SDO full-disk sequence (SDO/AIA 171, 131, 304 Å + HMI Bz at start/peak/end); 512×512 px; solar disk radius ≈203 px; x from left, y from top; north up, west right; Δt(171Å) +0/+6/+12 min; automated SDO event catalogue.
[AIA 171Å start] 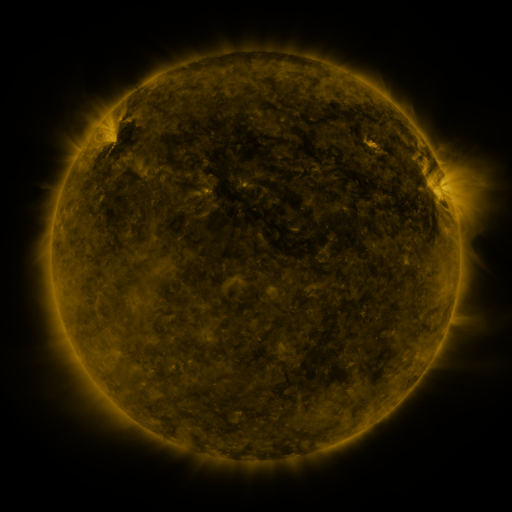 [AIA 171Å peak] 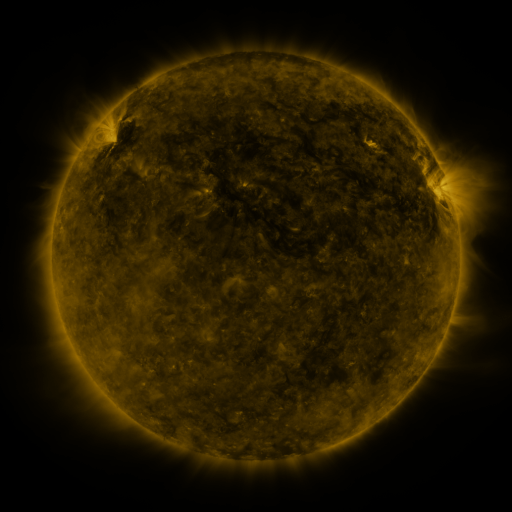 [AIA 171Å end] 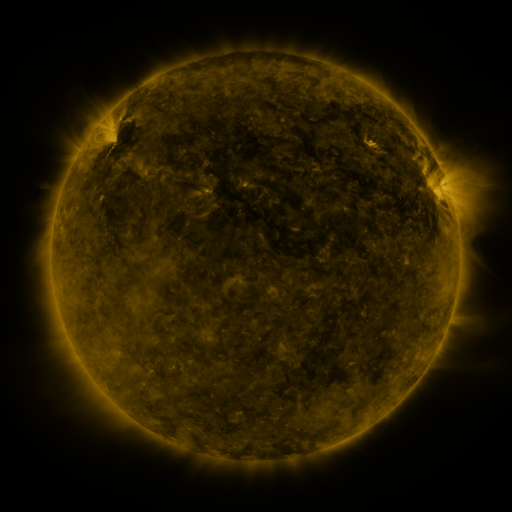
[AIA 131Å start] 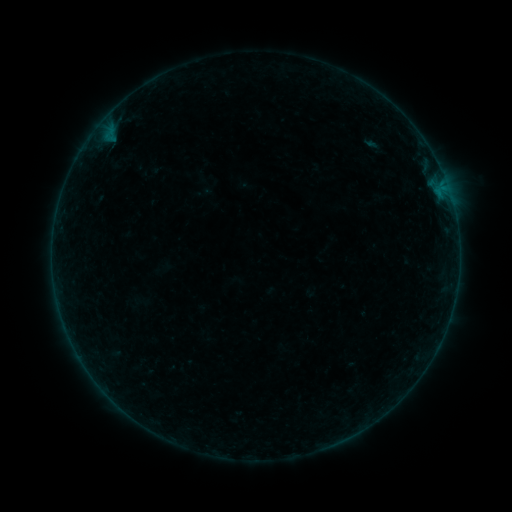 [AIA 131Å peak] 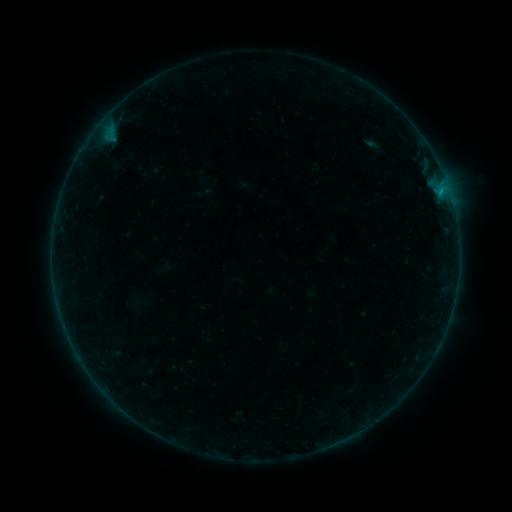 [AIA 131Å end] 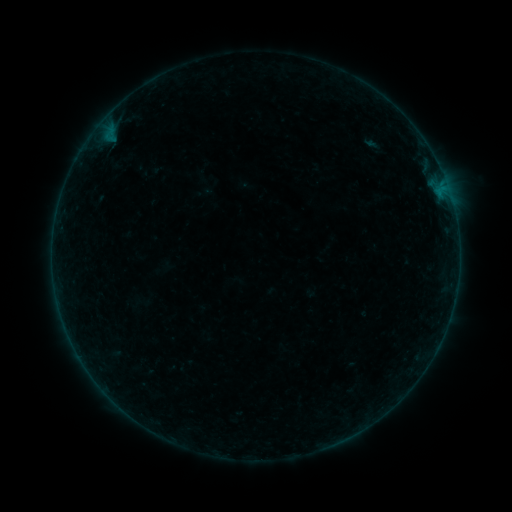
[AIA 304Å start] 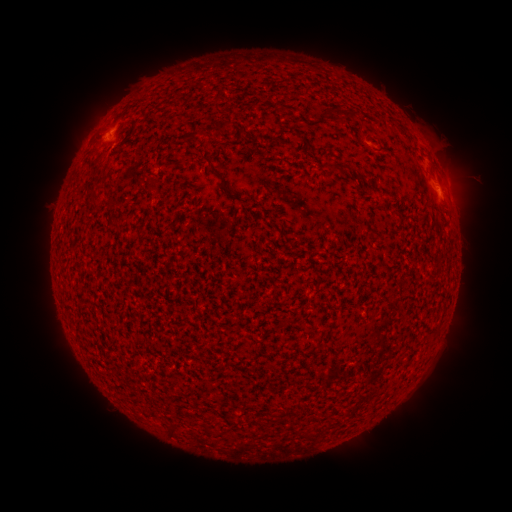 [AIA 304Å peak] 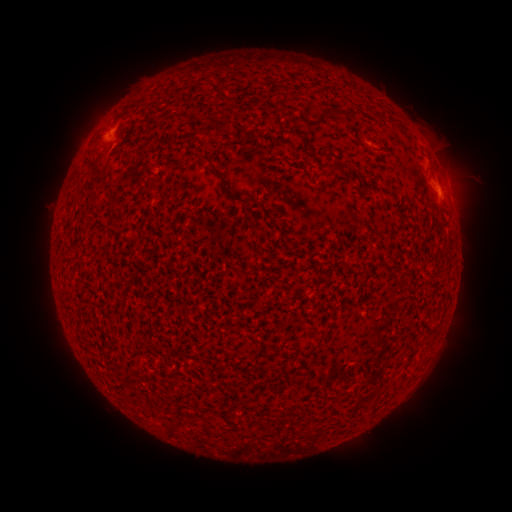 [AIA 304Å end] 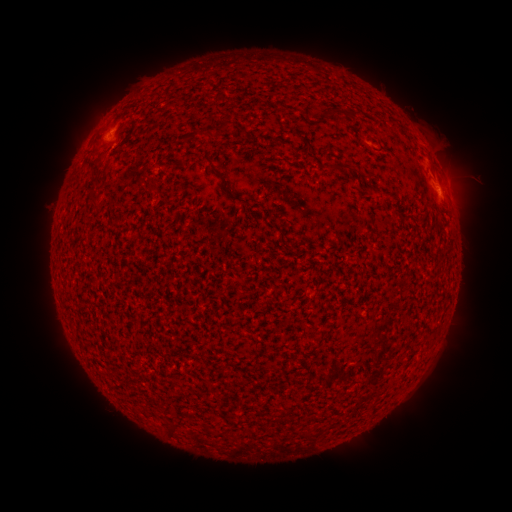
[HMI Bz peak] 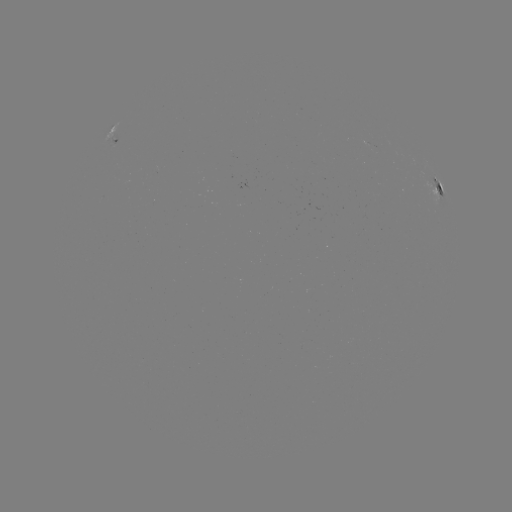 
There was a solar flare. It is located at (105, 138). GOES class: B1.9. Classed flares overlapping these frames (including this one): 1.